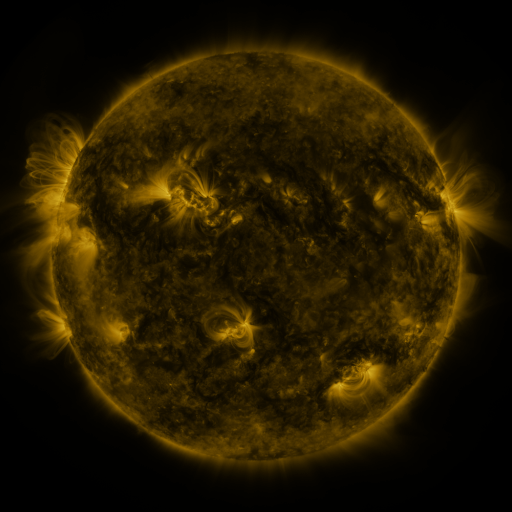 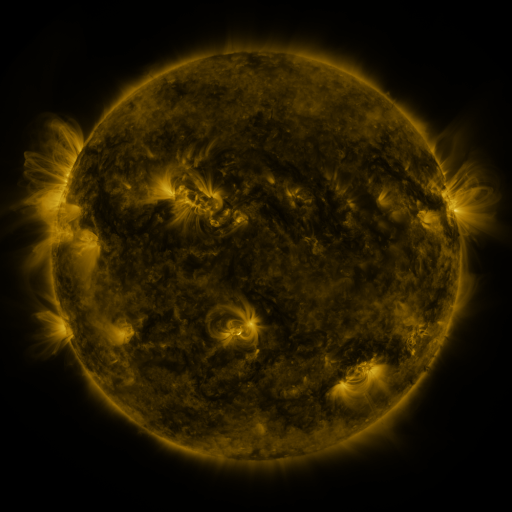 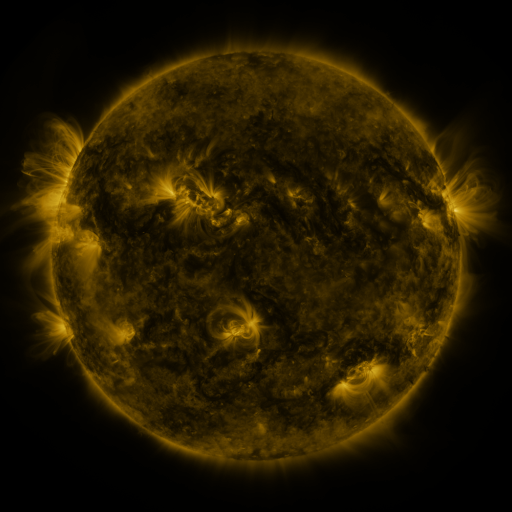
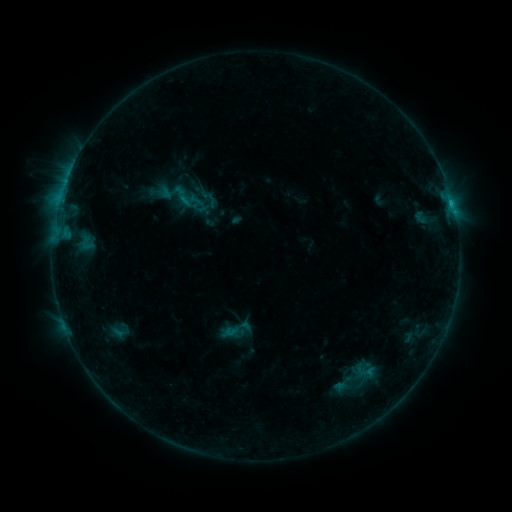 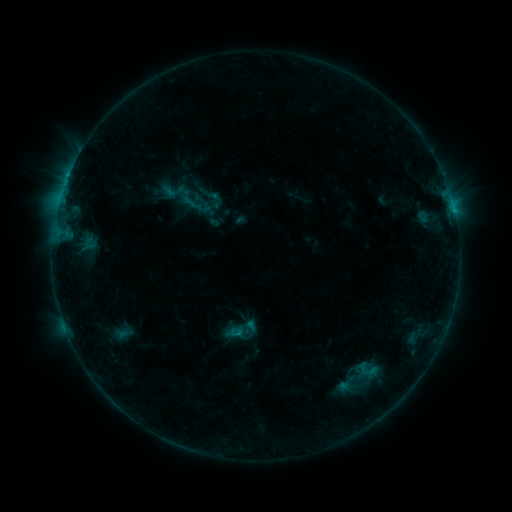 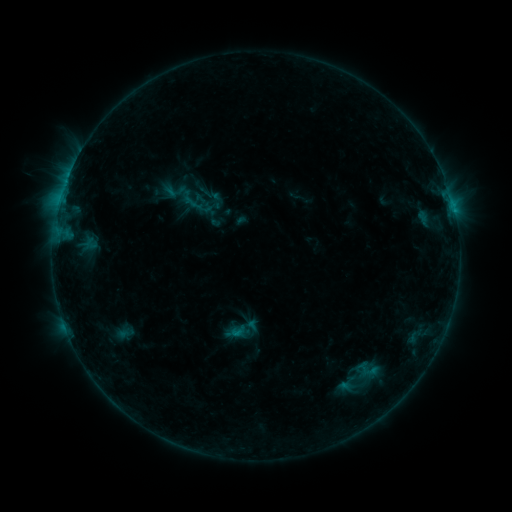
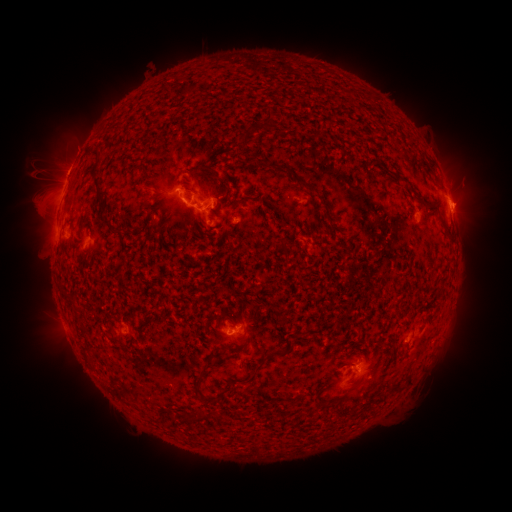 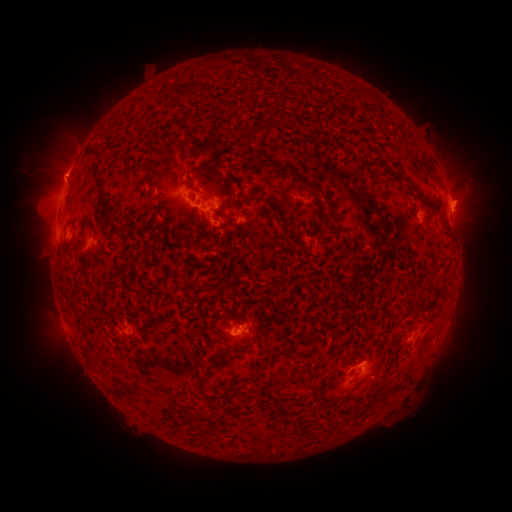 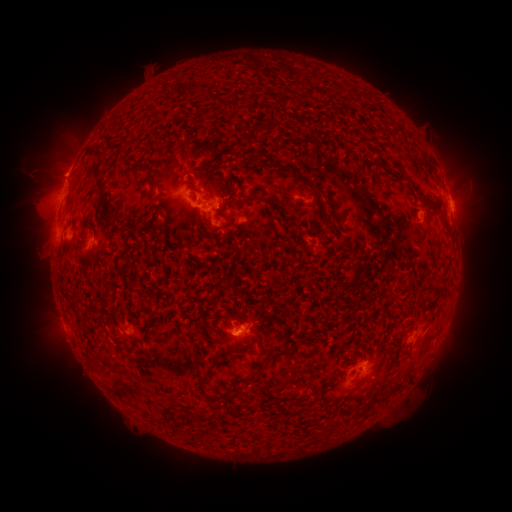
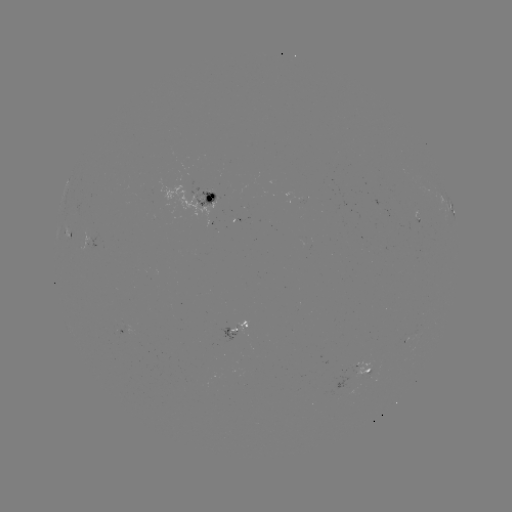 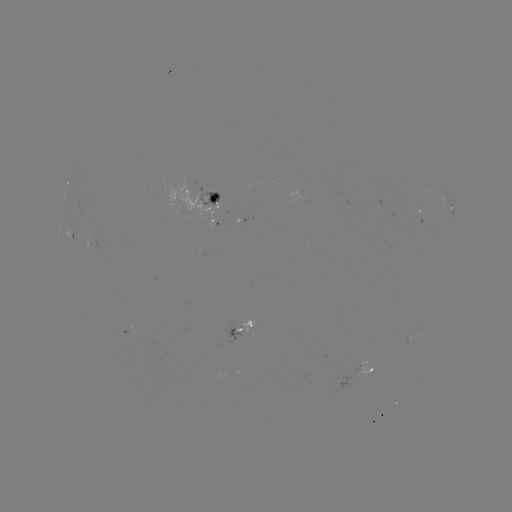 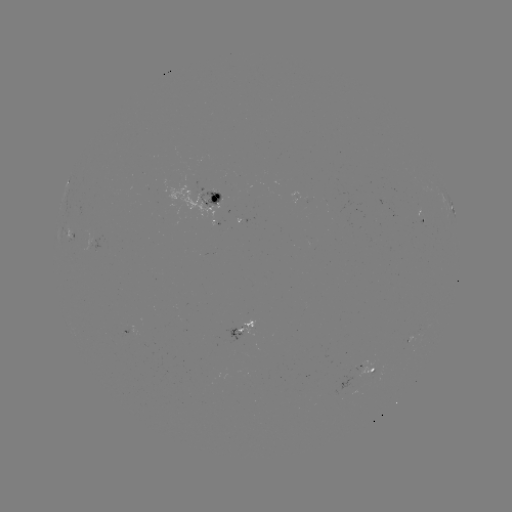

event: emerging-flux region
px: (363, 371)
